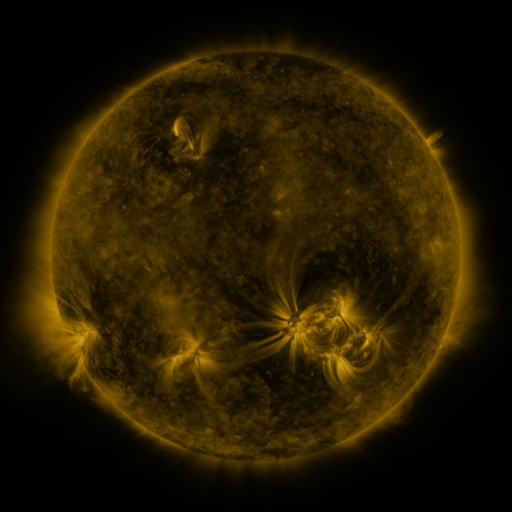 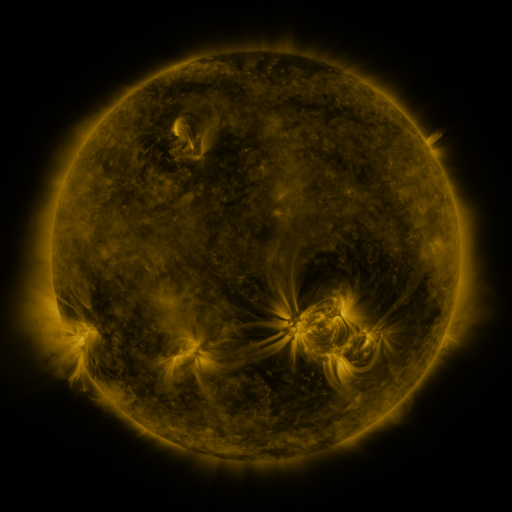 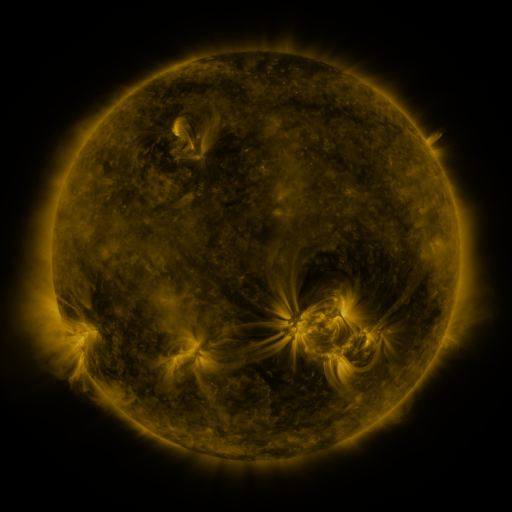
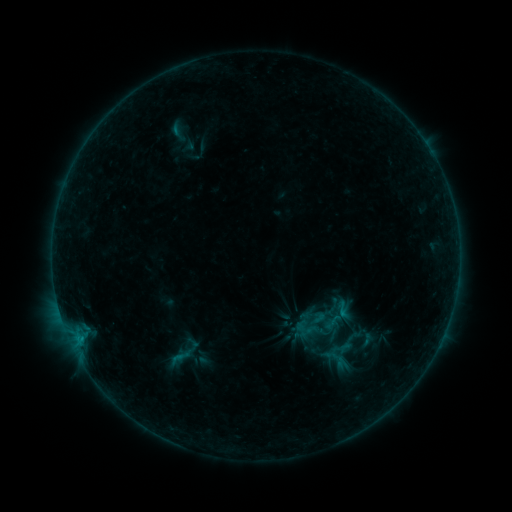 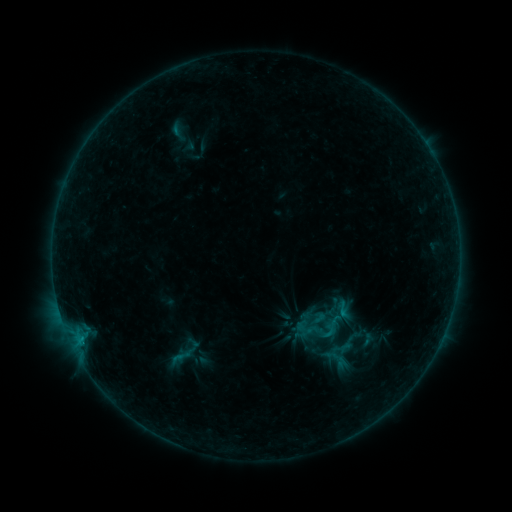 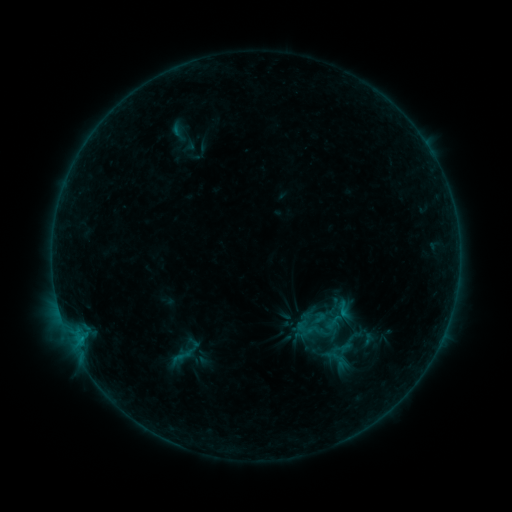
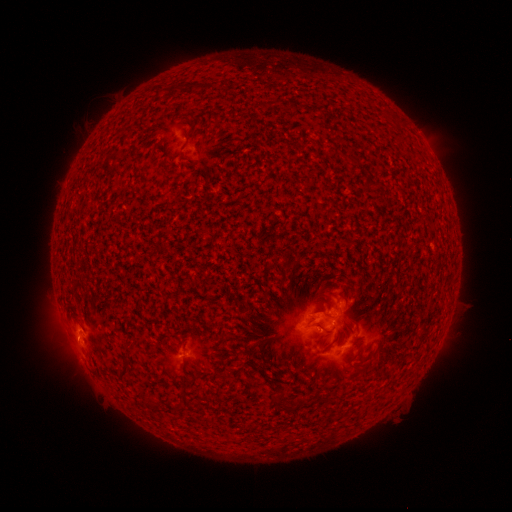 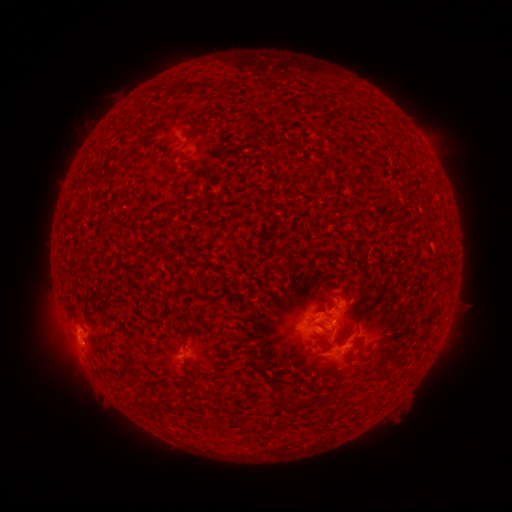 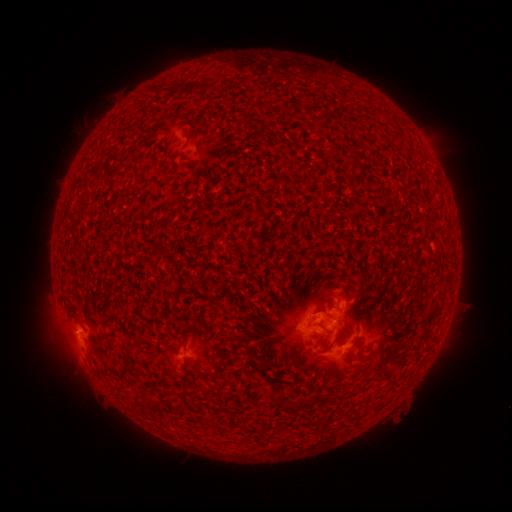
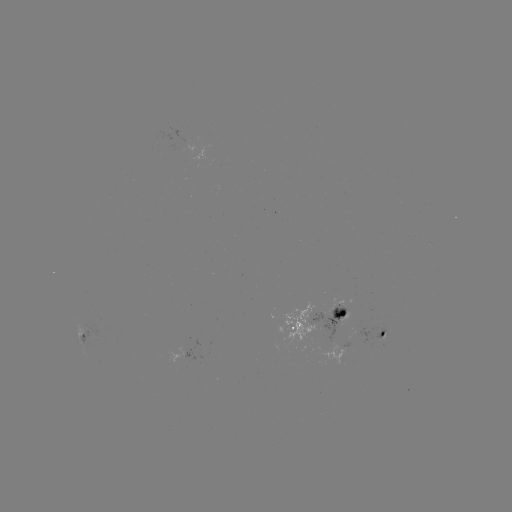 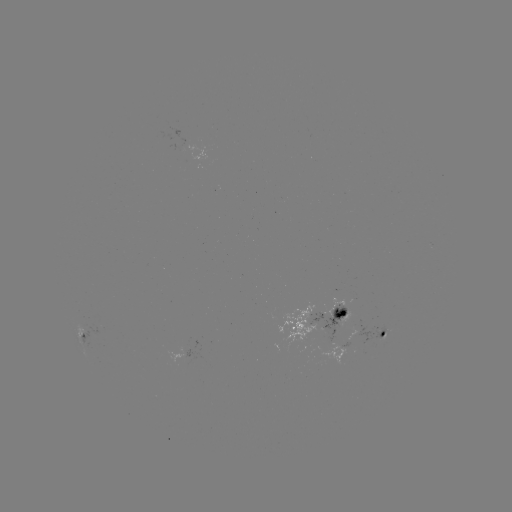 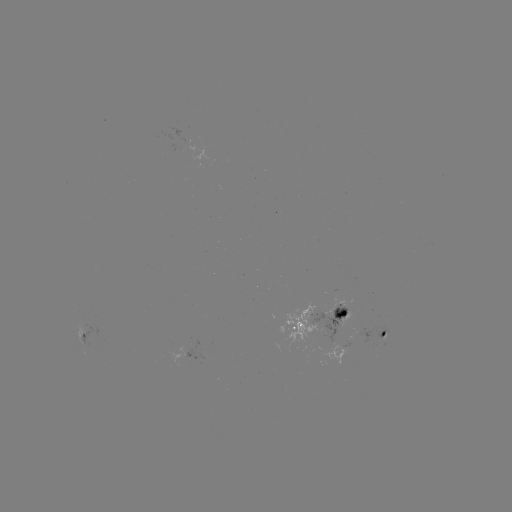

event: flare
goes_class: B5.7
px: (327, 331)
